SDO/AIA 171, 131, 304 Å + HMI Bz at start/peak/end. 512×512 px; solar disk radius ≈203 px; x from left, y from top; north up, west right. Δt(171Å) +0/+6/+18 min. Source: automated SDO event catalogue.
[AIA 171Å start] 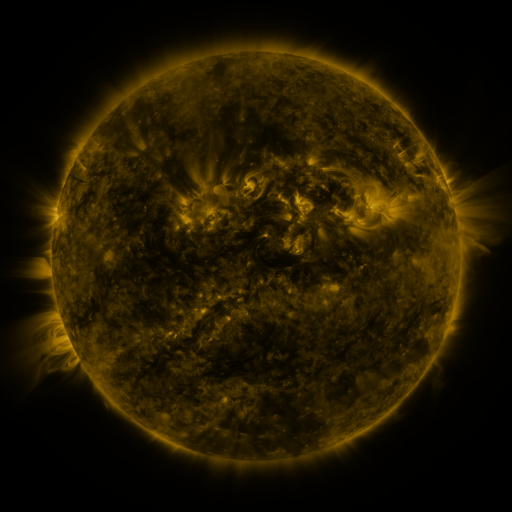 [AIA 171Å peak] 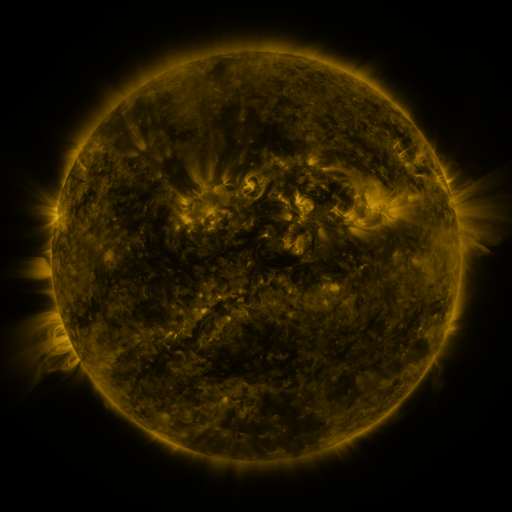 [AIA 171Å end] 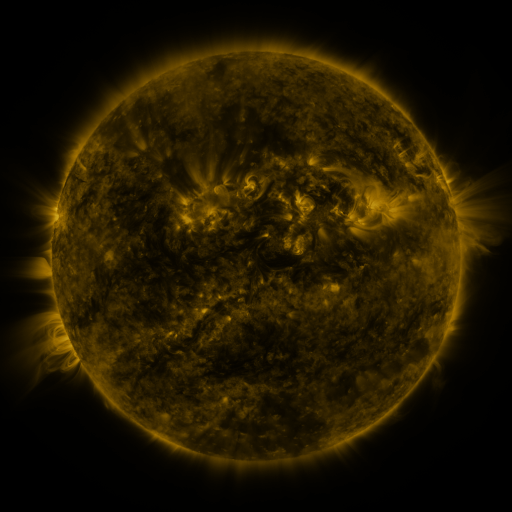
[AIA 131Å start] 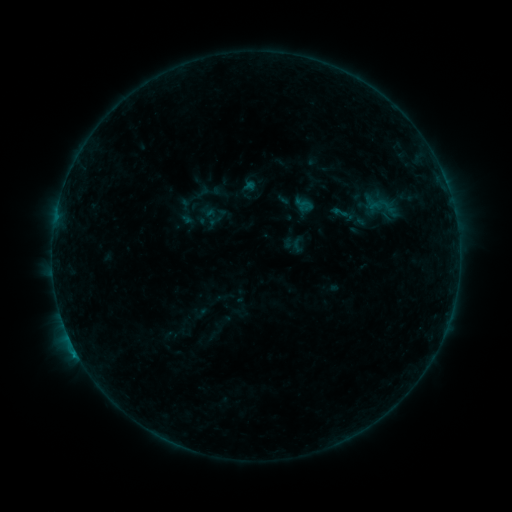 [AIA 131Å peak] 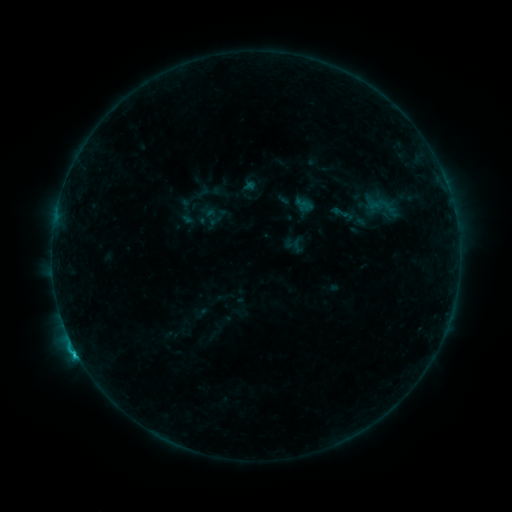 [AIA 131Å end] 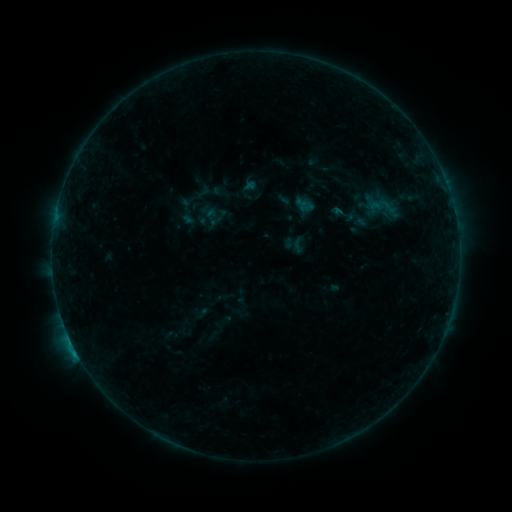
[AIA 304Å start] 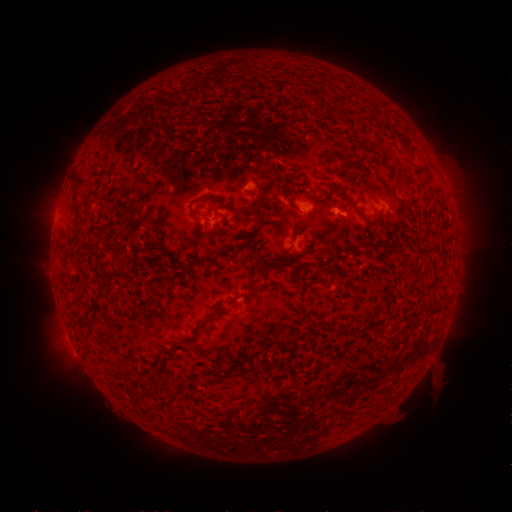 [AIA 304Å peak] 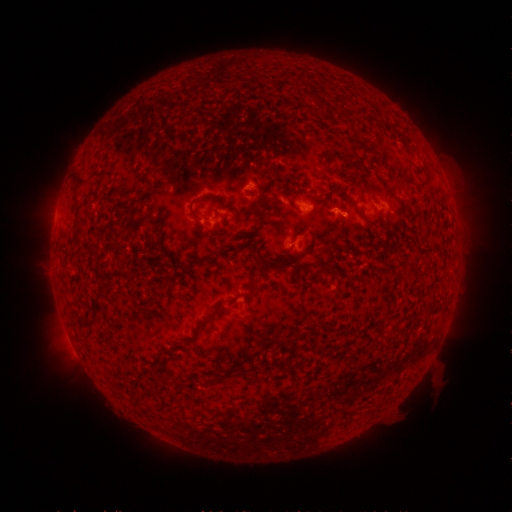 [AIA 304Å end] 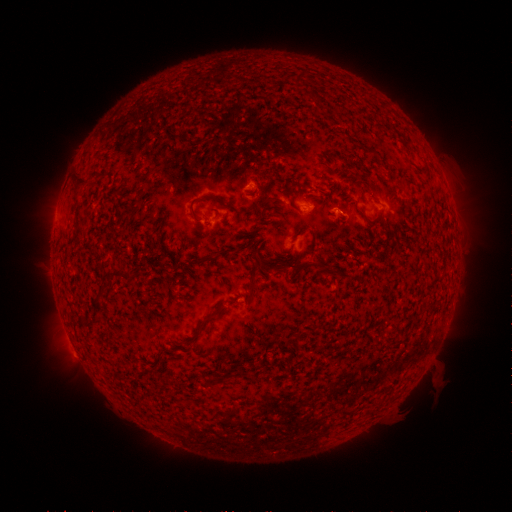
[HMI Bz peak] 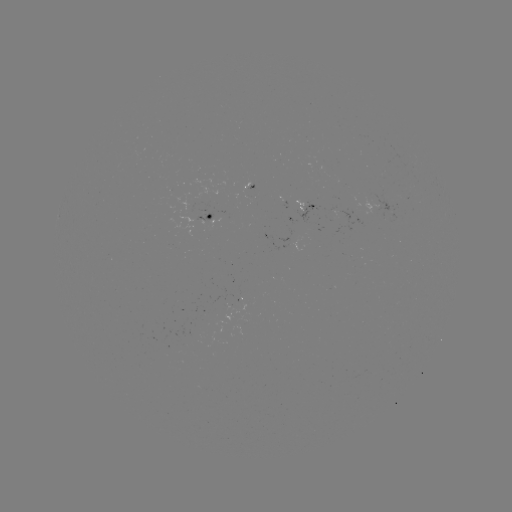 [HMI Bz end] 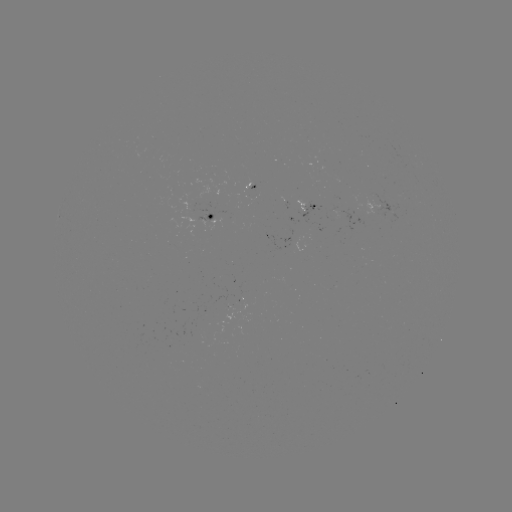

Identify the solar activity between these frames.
C1.0 flare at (76, 349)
